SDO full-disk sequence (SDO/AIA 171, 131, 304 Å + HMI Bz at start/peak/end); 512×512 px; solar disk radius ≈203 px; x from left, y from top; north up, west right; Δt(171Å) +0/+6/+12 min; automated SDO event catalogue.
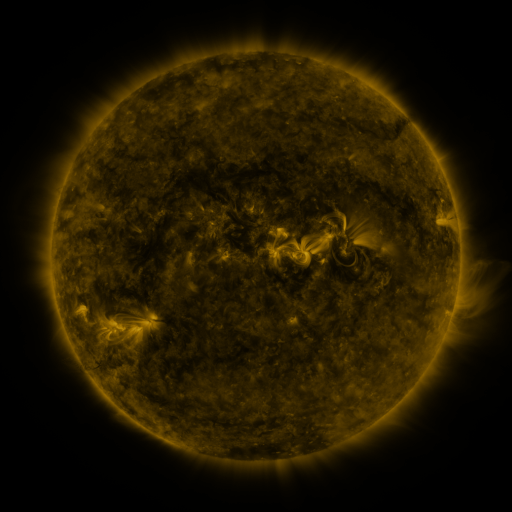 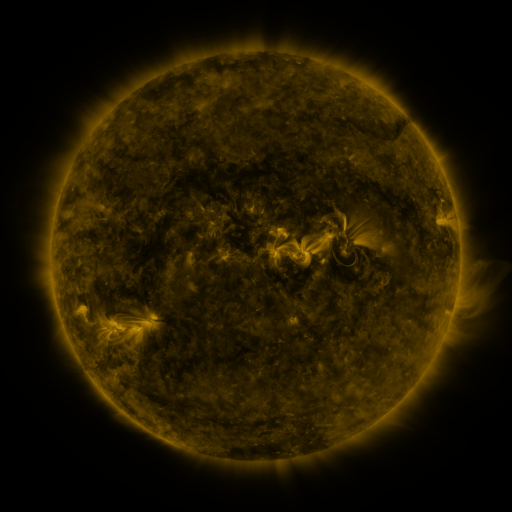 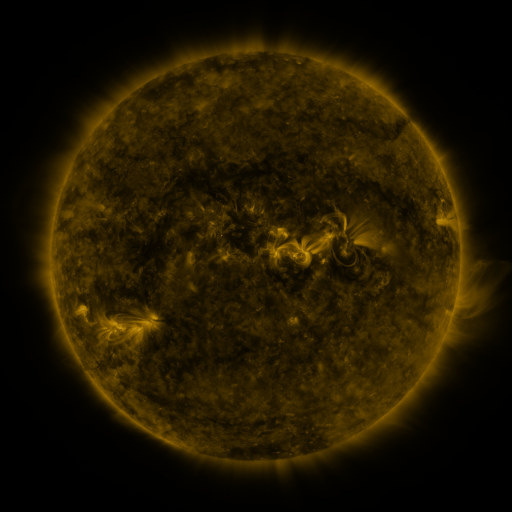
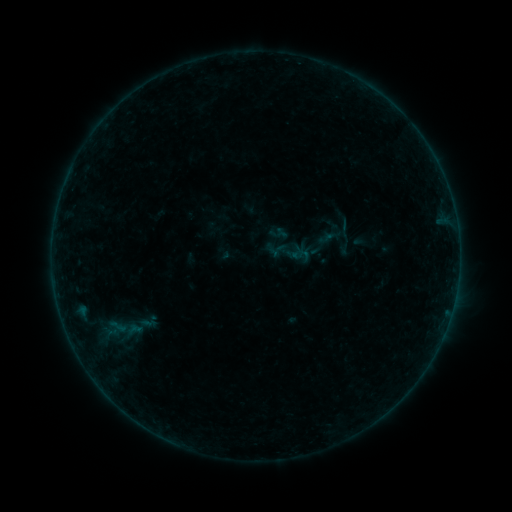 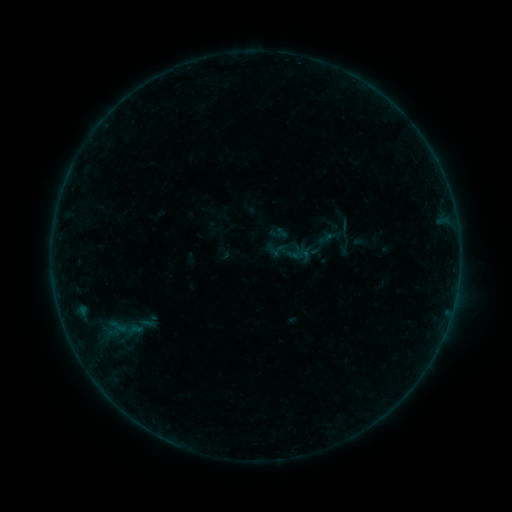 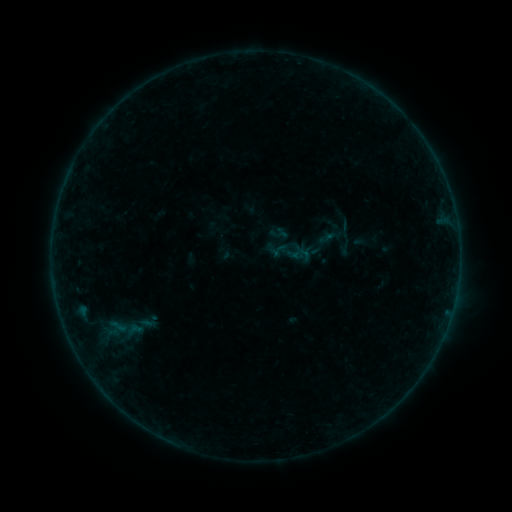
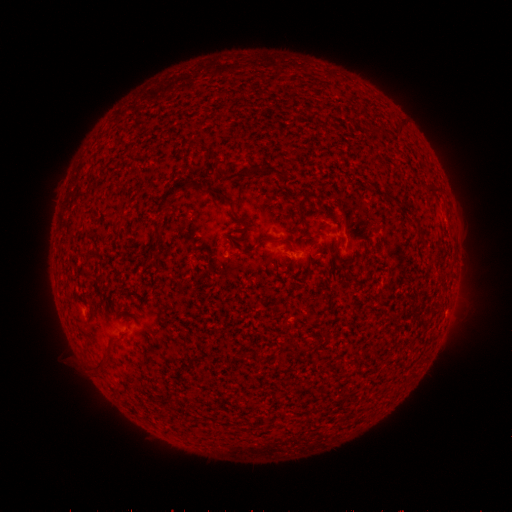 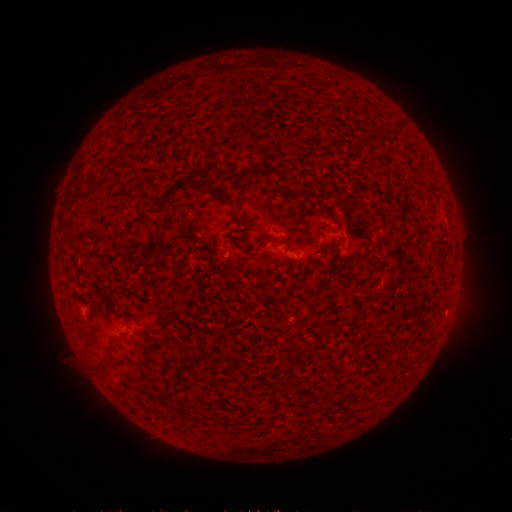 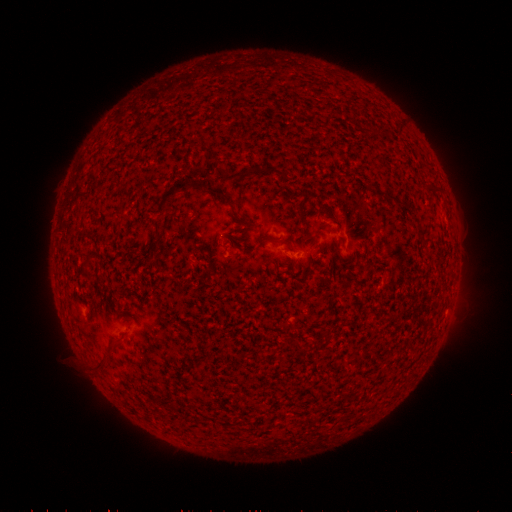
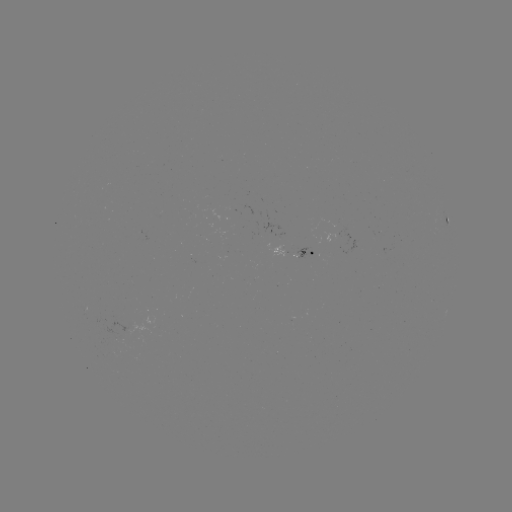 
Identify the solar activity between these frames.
nothing was catalogued: no classed flare, no EUV trigger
